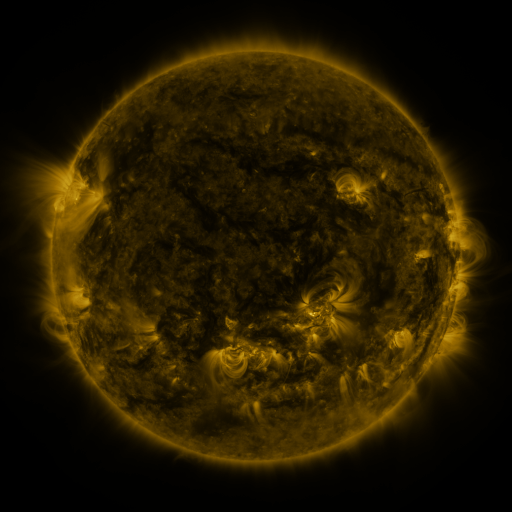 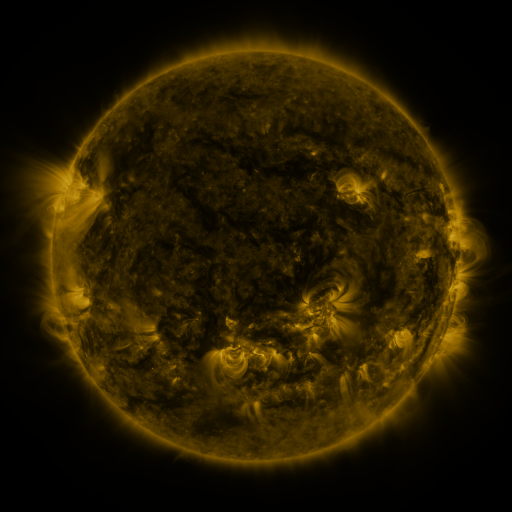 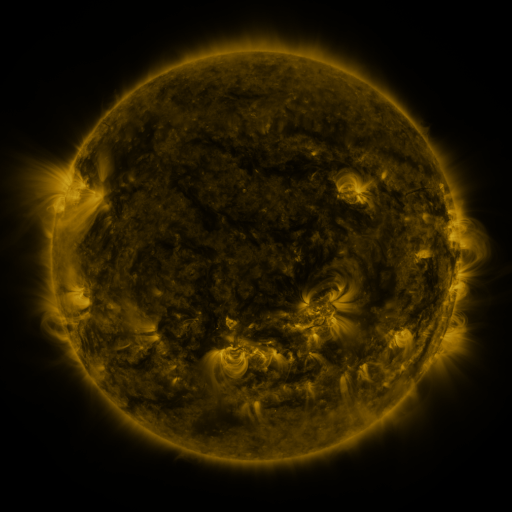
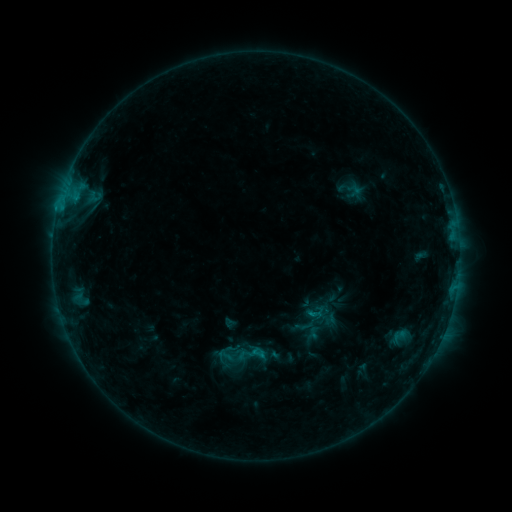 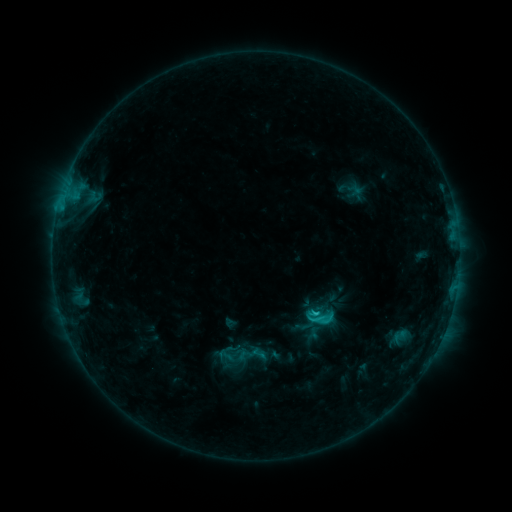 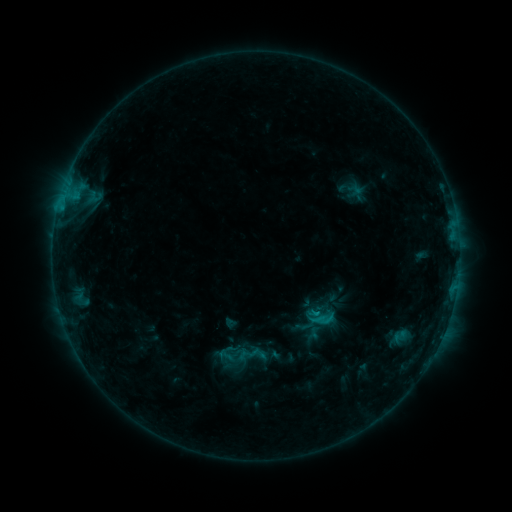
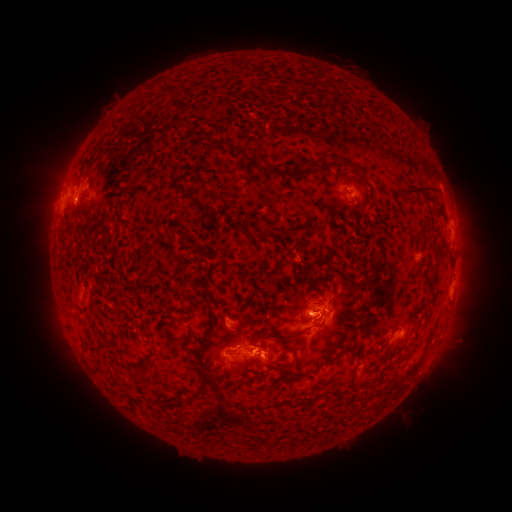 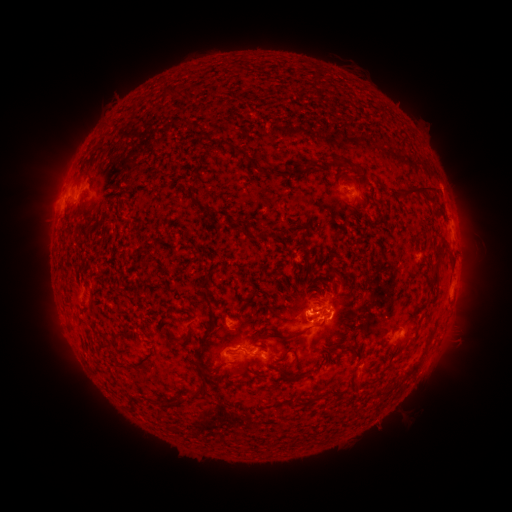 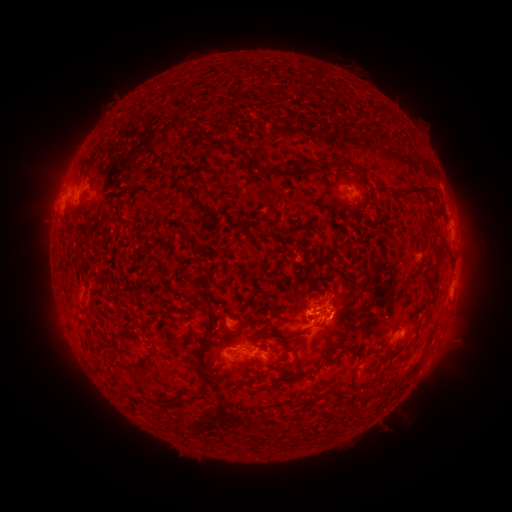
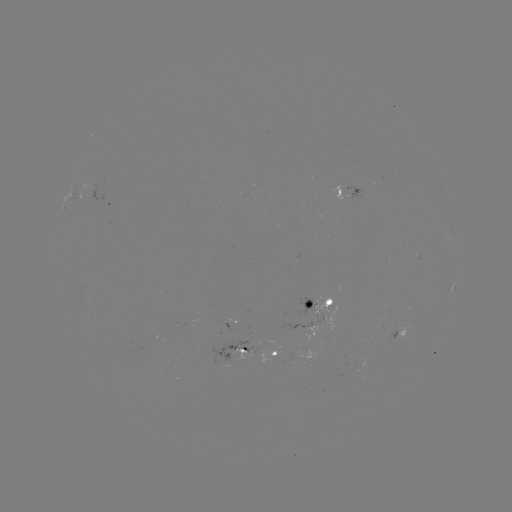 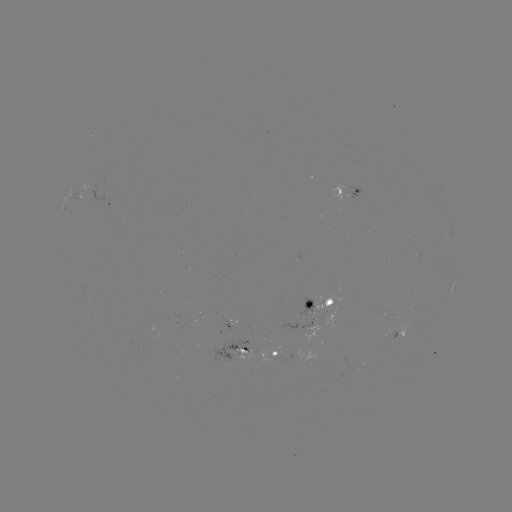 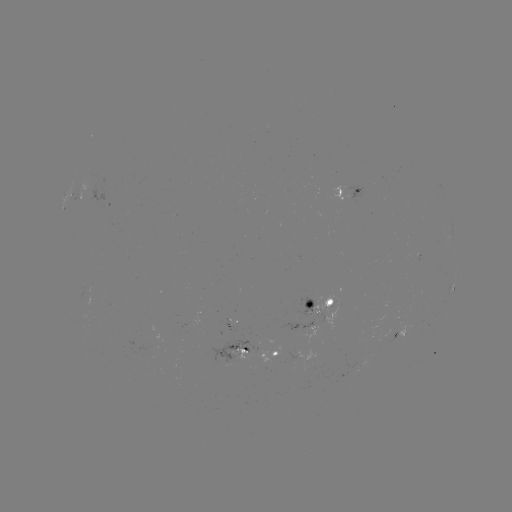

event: flare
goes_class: C1.8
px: (314, 311)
